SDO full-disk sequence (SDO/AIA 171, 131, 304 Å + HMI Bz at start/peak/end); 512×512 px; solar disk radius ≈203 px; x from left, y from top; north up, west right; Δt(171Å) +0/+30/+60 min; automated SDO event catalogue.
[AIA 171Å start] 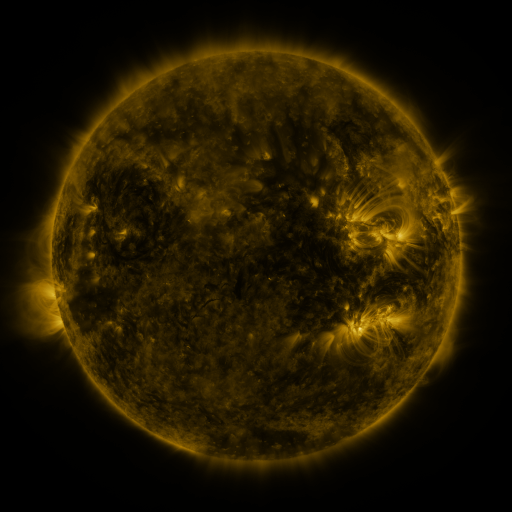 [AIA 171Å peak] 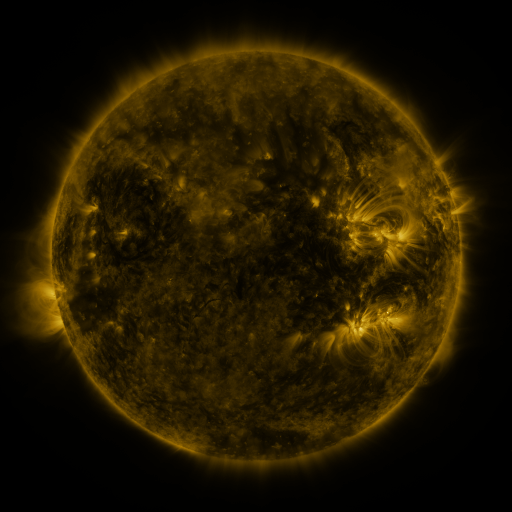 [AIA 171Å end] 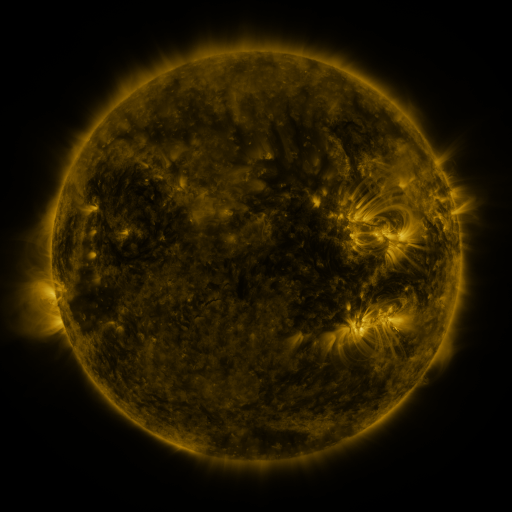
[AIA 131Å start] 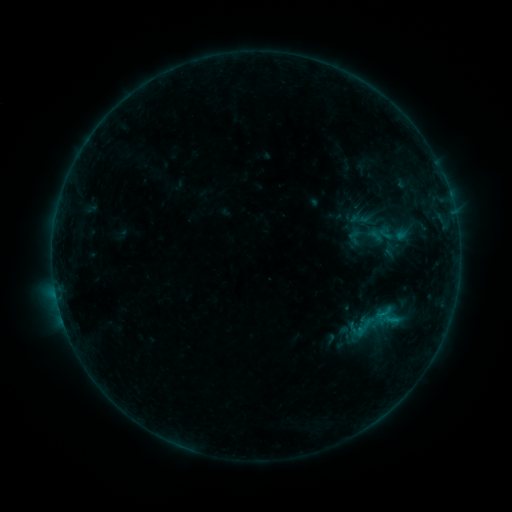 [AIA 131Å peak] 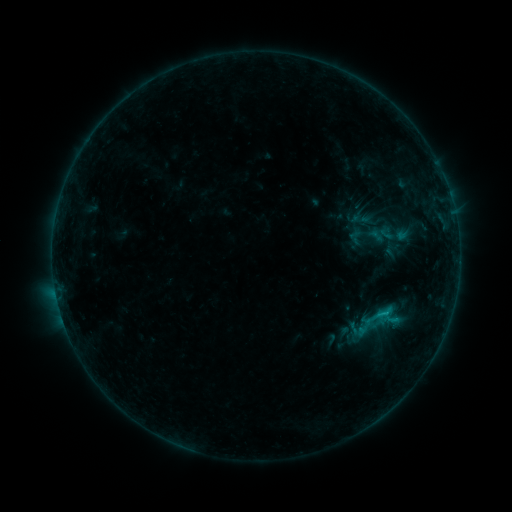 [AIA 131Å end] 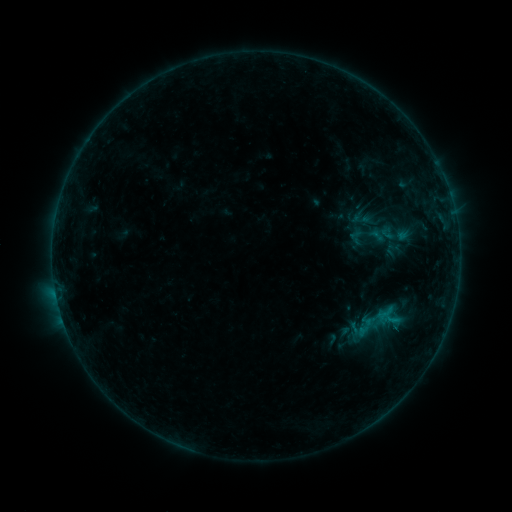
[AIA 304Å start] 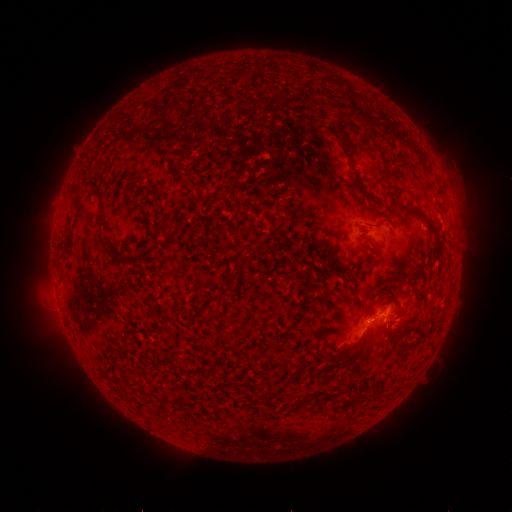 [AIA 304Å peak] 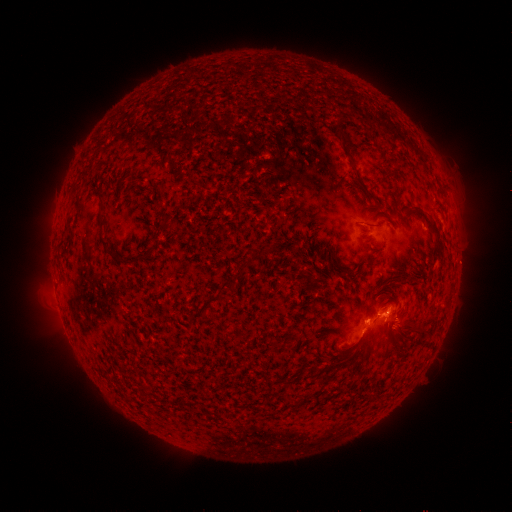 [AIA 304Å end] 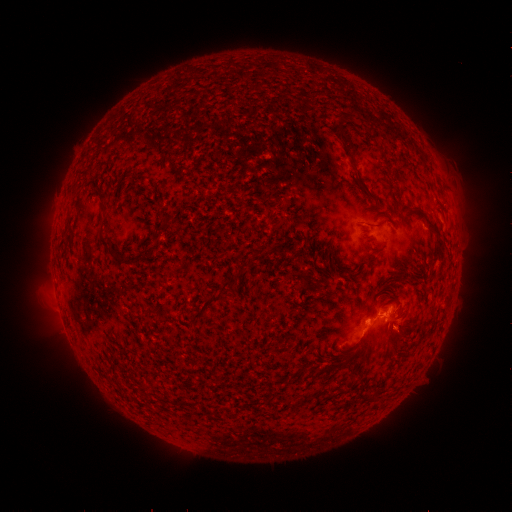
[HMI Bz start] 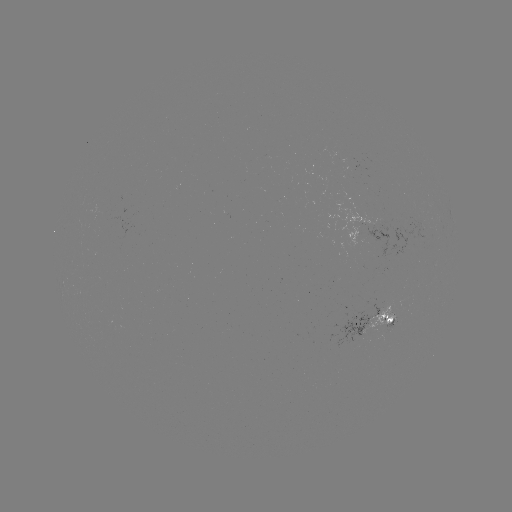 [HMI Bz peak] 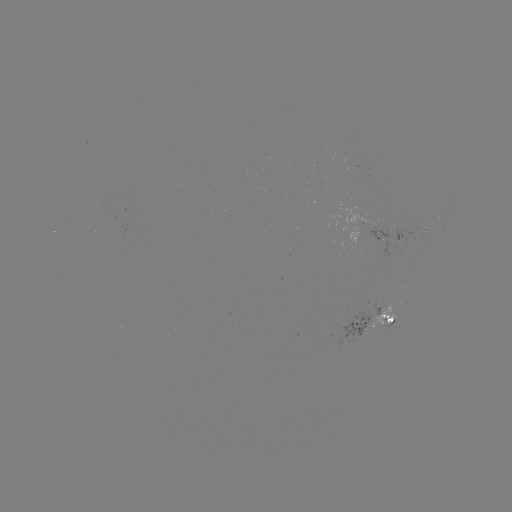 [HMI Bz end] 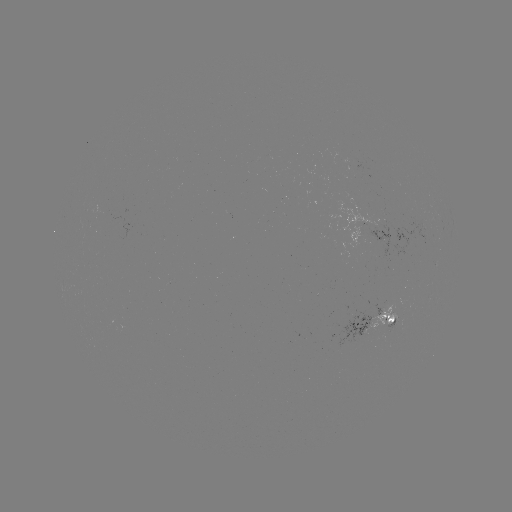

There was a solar flare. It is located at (383, 311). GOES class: B9.2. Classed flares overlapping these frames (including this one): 2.